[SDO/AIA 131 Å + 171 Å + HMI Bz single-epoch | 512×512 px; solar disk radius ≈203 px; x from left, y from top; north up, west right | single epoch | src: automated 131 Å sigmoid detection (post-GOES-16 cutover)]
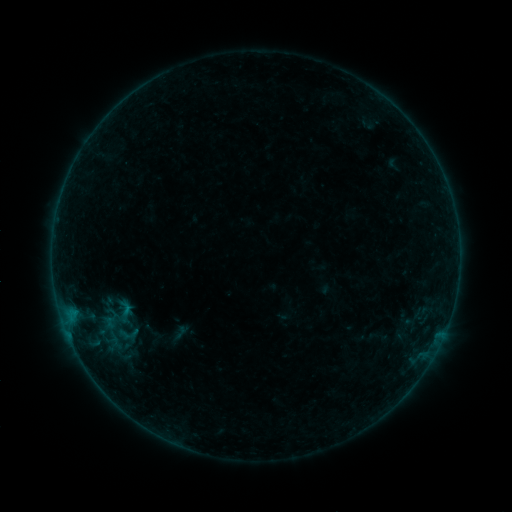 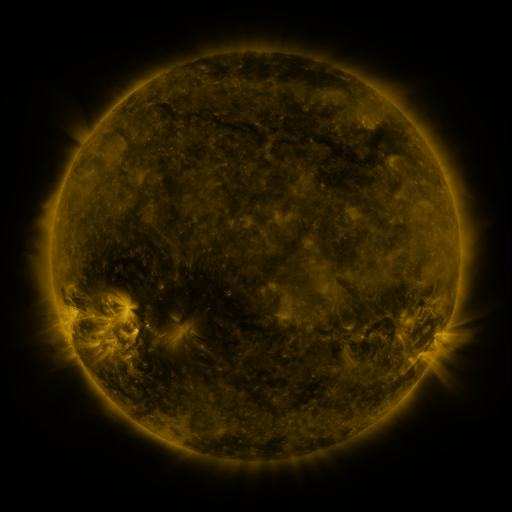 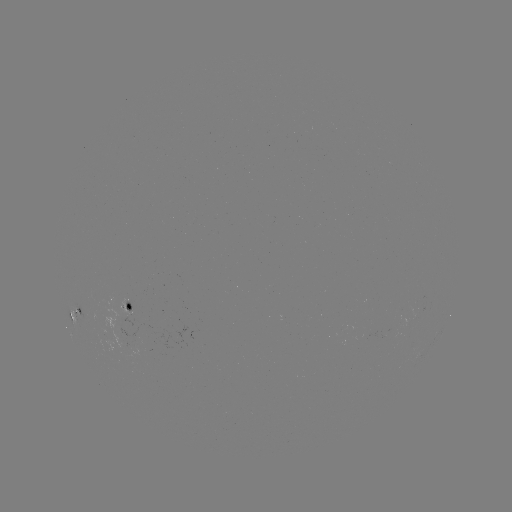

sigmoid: (113, 324, 143, 343)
